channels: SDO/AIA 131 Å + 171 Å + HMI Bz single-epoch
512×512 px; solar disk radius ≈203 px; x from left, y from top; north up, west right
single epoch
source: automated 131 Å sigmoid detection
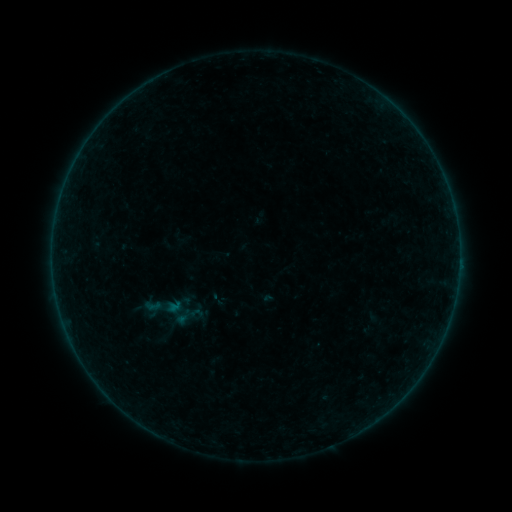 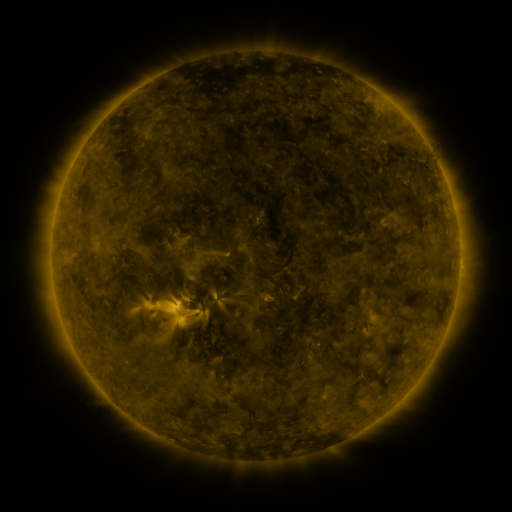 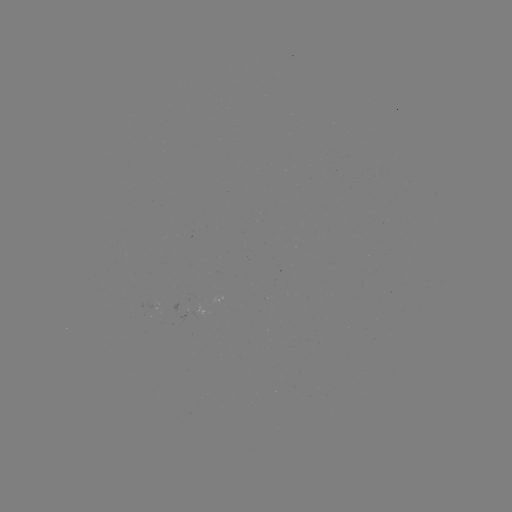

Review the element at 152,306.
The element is sigmoid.